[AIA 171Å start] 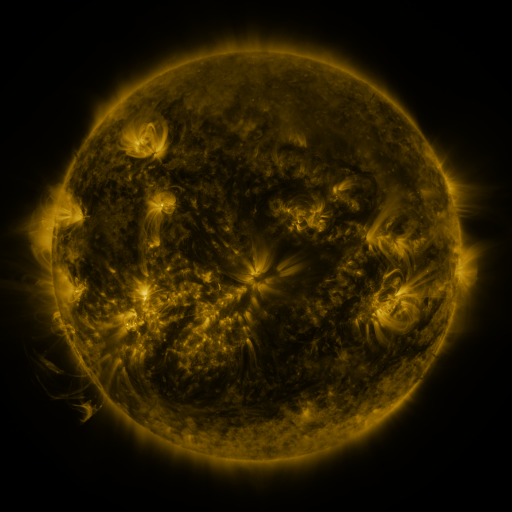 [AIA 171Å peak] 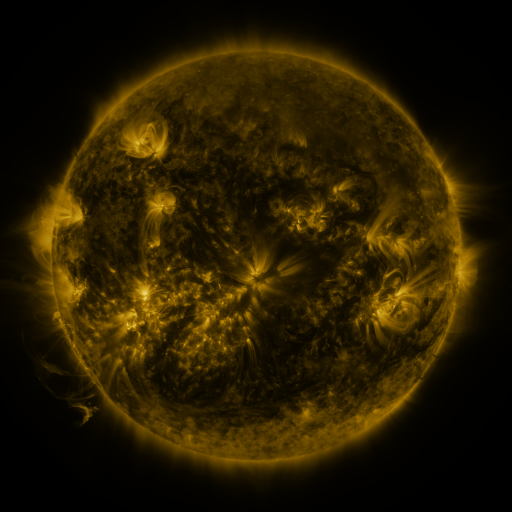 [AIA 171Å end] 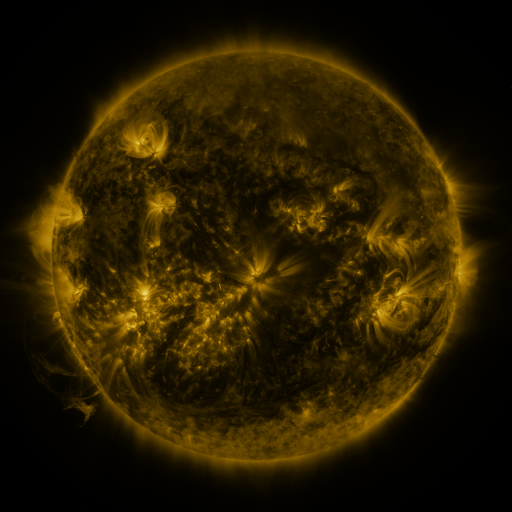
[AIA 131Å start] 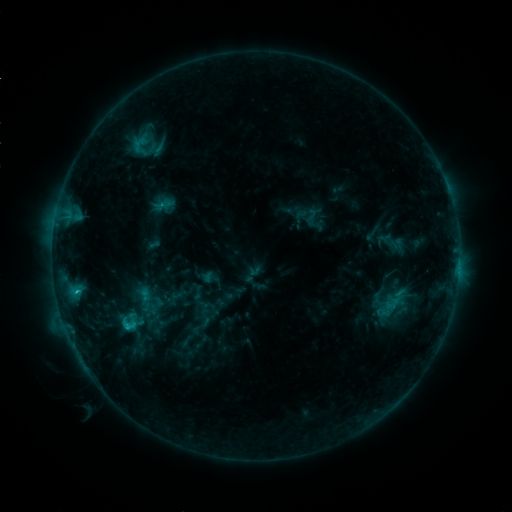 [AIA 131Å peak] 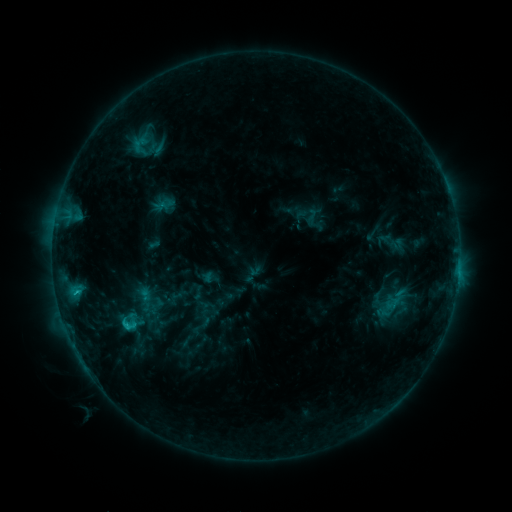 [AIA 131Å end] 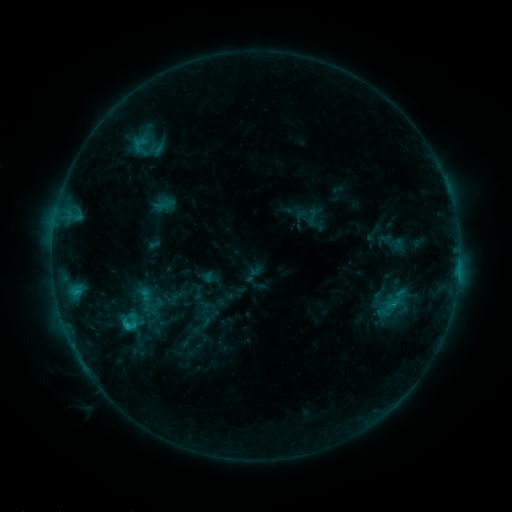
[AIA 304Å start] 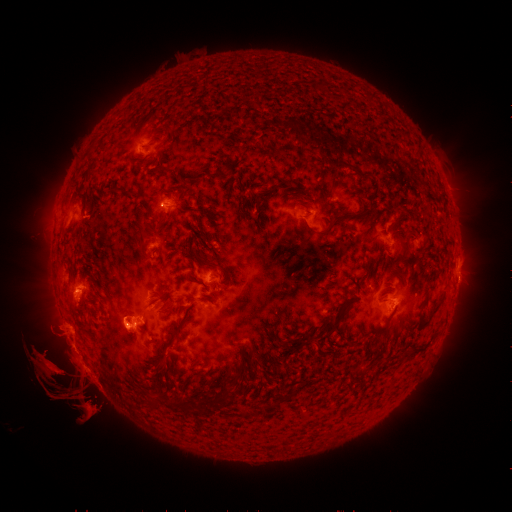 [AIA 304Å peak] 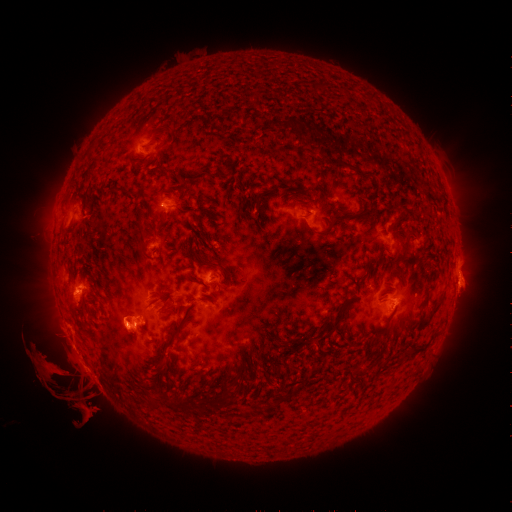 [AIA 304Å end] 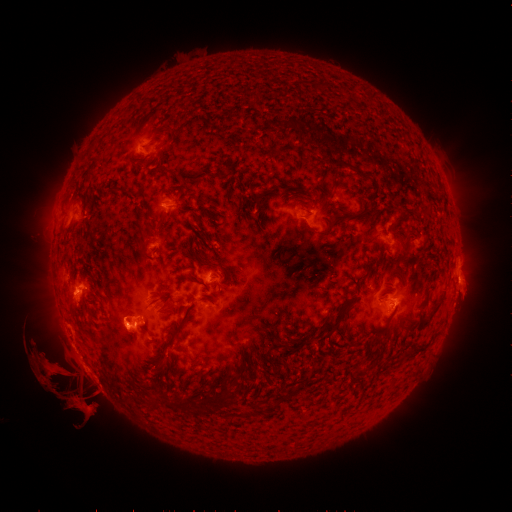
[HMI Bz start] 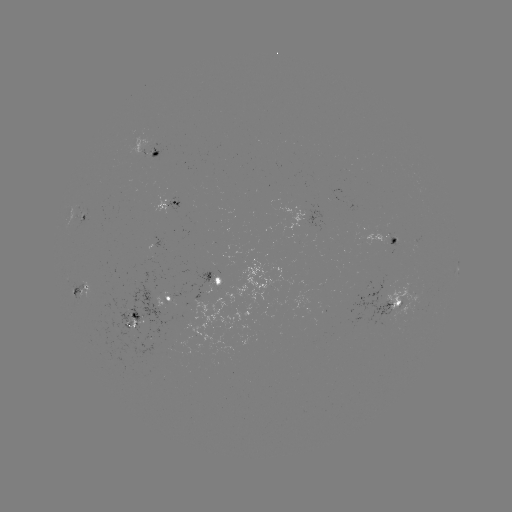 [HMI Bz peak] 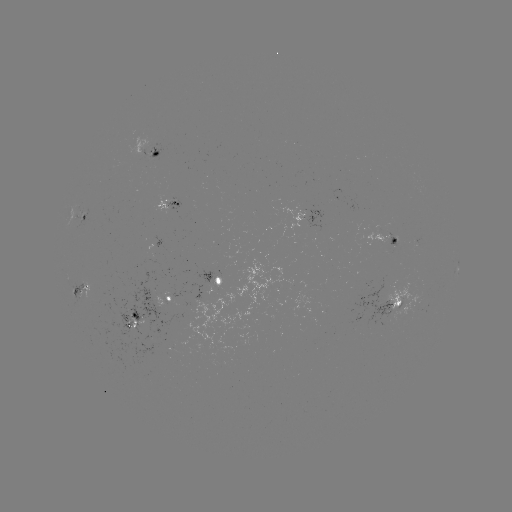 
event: eruption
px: (466, 290)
